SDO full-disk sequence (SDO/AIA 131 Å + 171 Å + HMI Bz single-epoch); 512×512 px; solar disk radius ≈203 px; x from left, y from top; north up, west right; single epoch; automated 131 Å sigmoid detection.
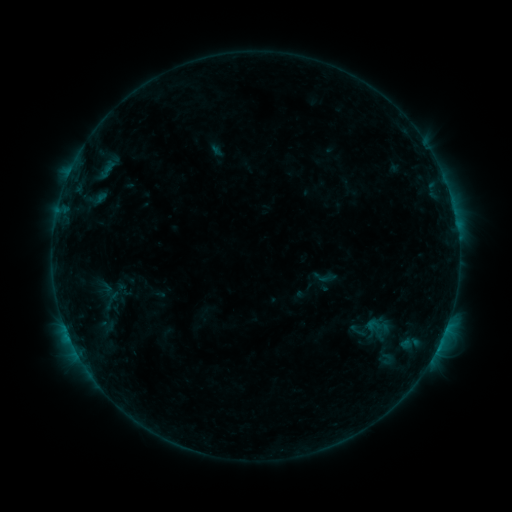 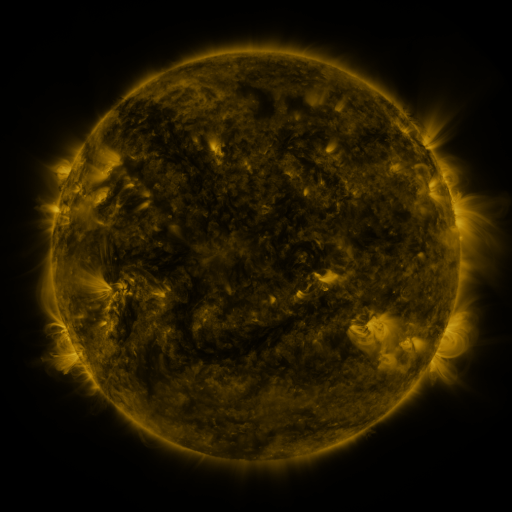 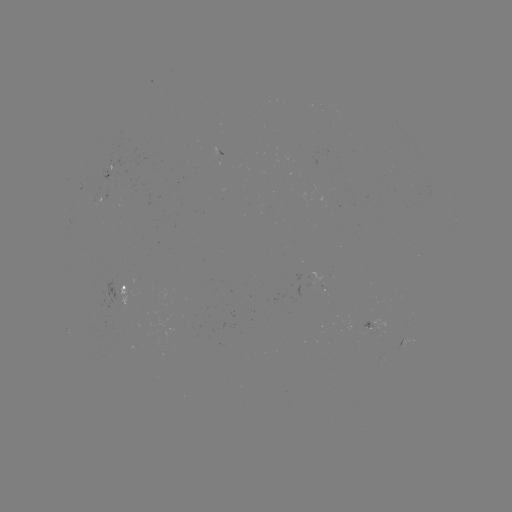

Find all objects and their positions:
sigmoid: <bbox>318, 268, 337, 288</bbox>
sigmoid: <bbox>96, 289, 126, 311</bbox>
sigmoid: <bbox>366, 315, 383, 335</bbox>
